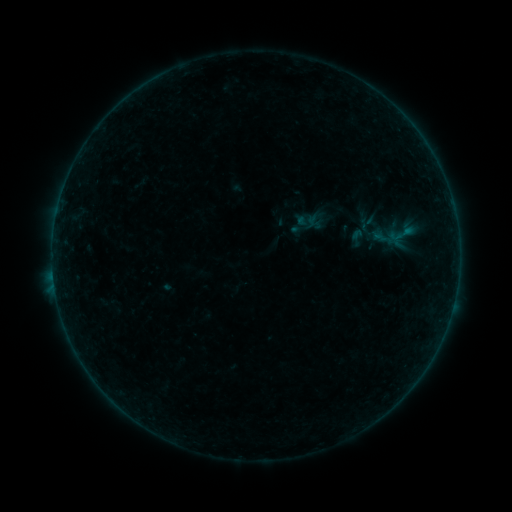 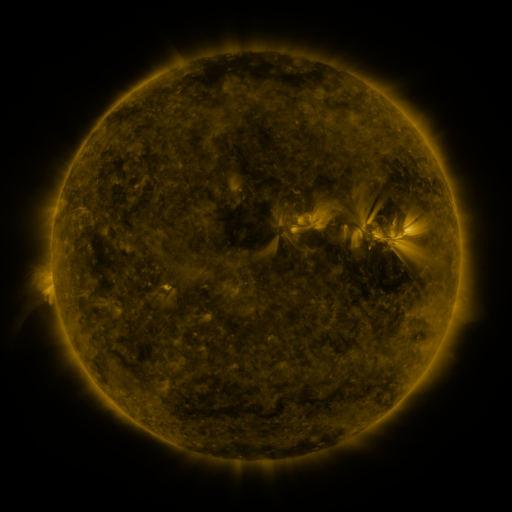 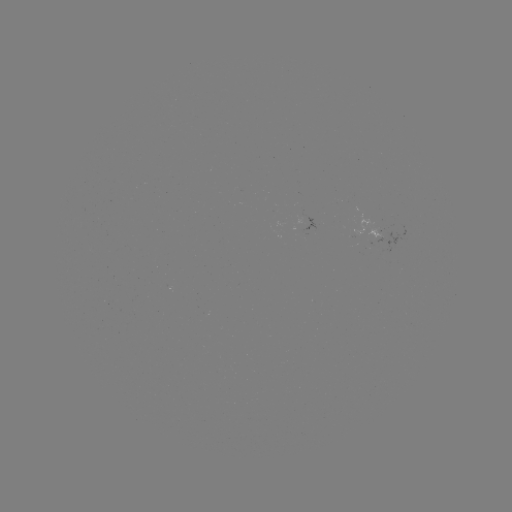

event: sigmoid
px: (357, 238)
